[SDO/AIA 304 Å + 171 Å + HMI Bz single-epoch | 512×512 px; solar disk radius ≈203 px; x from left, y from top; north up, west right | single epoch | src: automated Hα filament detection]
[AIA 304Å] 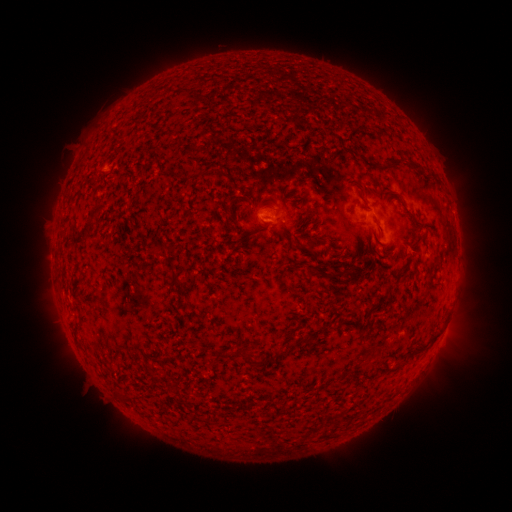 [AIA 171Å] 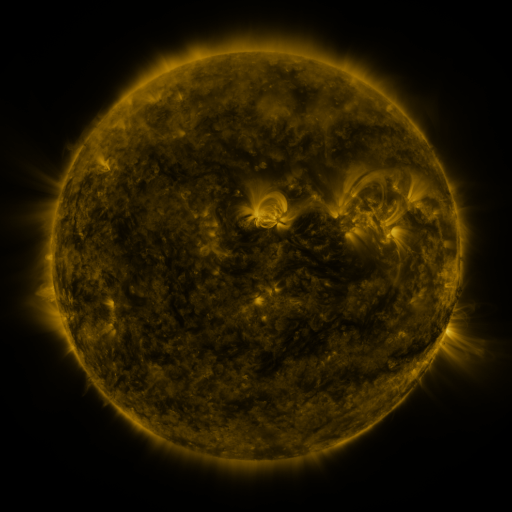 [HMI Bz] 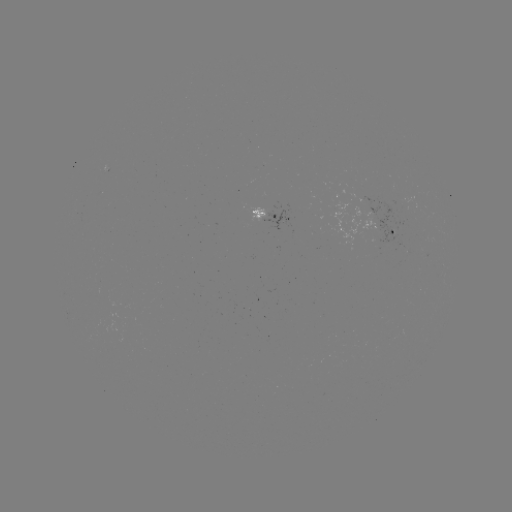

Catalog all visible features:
filament: (209, 127)
filament: (362, 157)
filament: (396, 160)
filament: (177, 178)
filament: (227, 178)
filament: (247, 196)
filament: (227, 208)
filament: (307, 213)
filament: (83, 237)
filament: (308, 243)
filament: (162, 249)
filament: (335, 274)
filament: (176, 285)
filament: (432, 338)
filament: (303, 341)
filament: (419, 348)
filament: (251, 359)
filament: (166, 362)
